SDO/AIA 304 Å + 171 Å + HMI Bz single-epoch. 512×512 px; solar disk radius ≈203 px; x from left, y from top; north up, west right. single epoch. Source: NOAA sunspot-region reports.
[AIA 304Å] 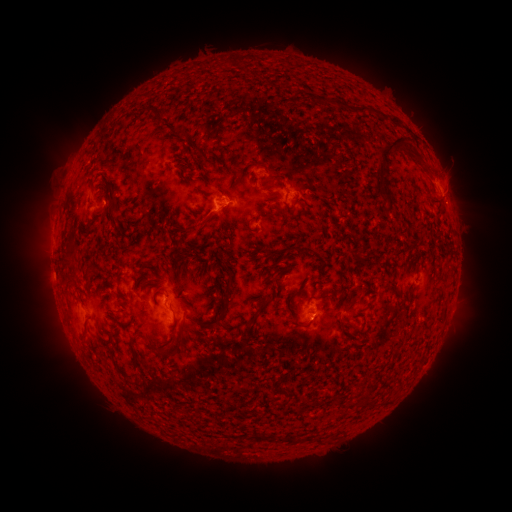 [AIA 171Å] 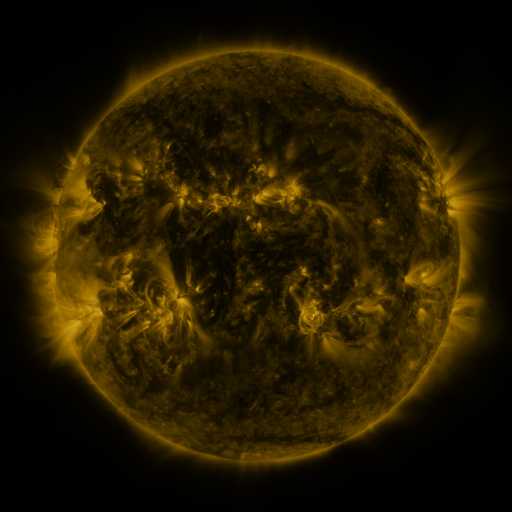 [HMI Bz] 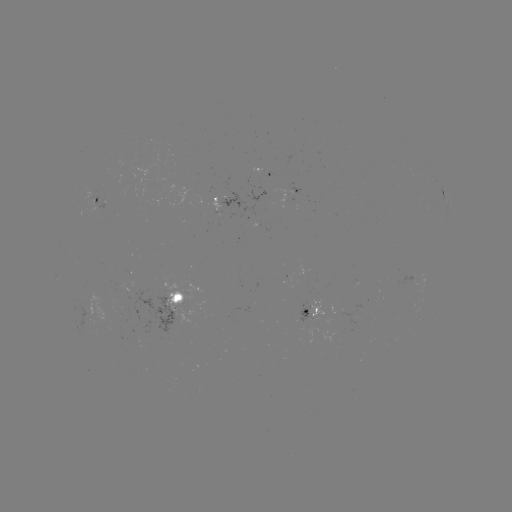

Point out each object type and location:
spotted active region: (99, 196)
spotted active region: (444, 197)
spotted active region: (228, 198)
spotted active region: (294, 198)
spotted active region: (421, 285)
spotted active region: (176, 295)
spotted active region: (314, 311)
